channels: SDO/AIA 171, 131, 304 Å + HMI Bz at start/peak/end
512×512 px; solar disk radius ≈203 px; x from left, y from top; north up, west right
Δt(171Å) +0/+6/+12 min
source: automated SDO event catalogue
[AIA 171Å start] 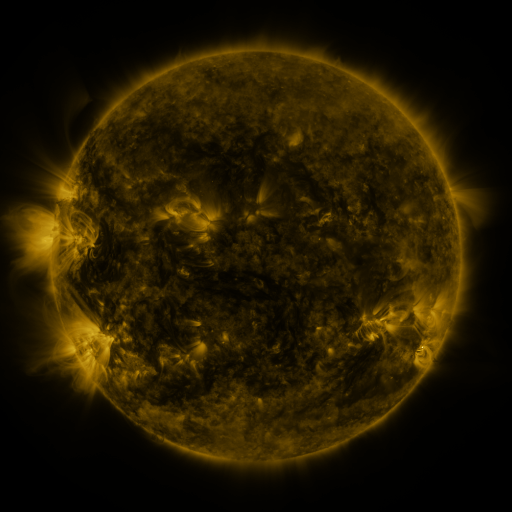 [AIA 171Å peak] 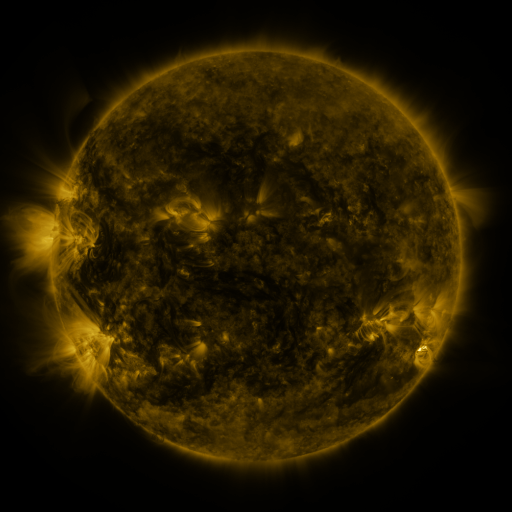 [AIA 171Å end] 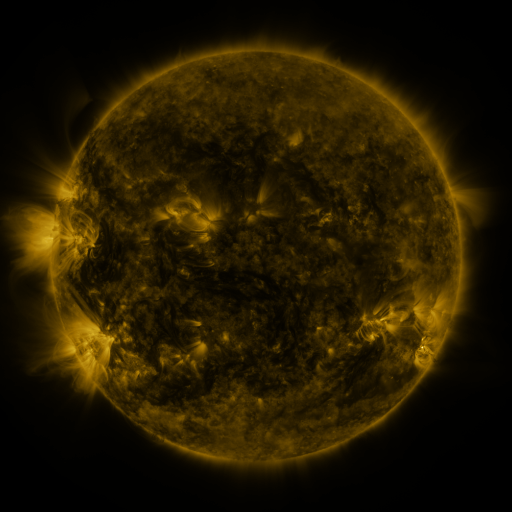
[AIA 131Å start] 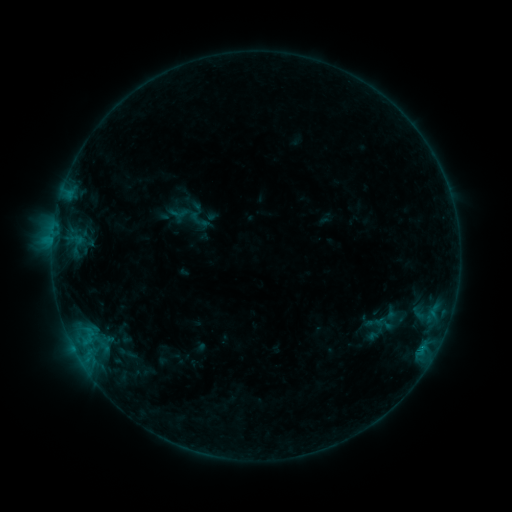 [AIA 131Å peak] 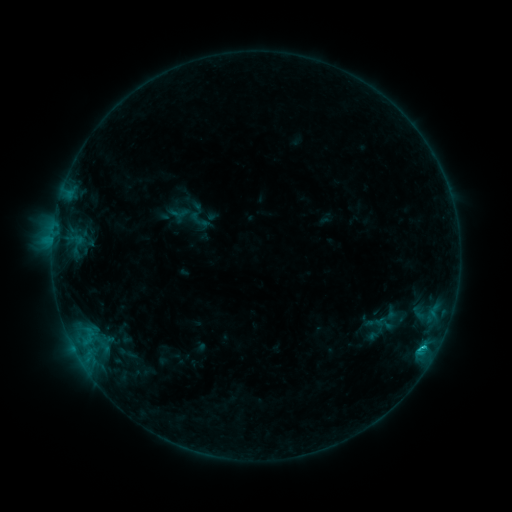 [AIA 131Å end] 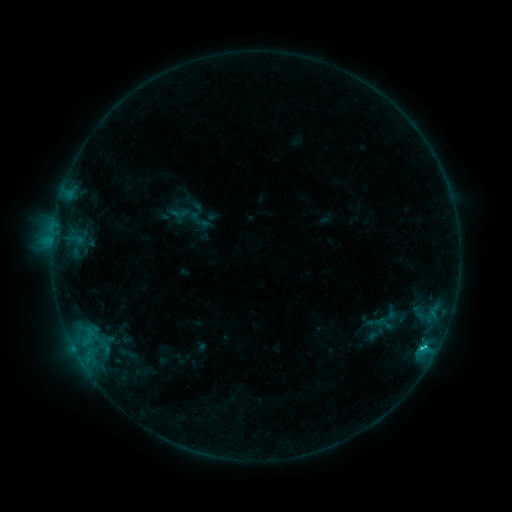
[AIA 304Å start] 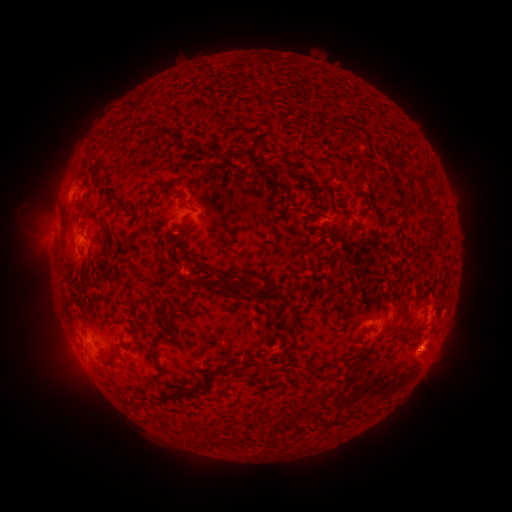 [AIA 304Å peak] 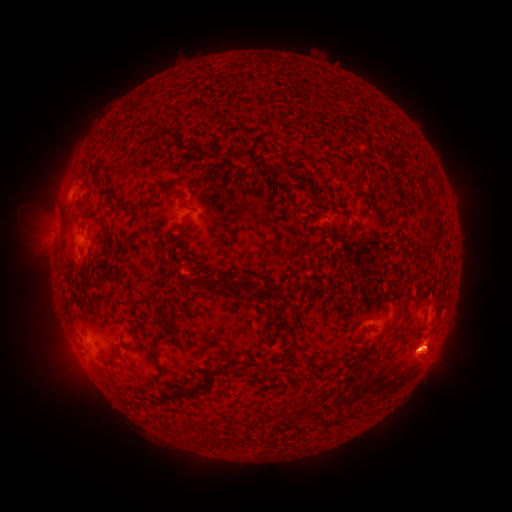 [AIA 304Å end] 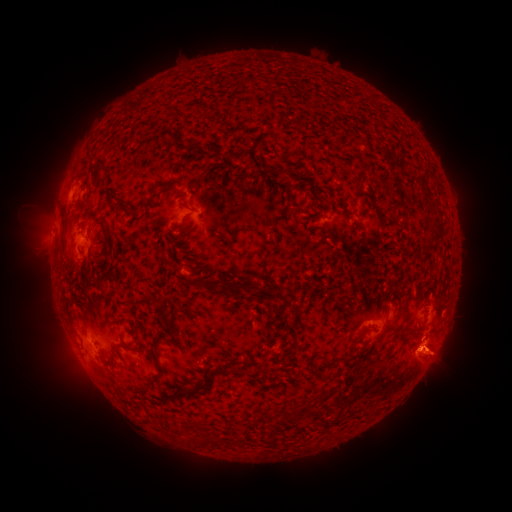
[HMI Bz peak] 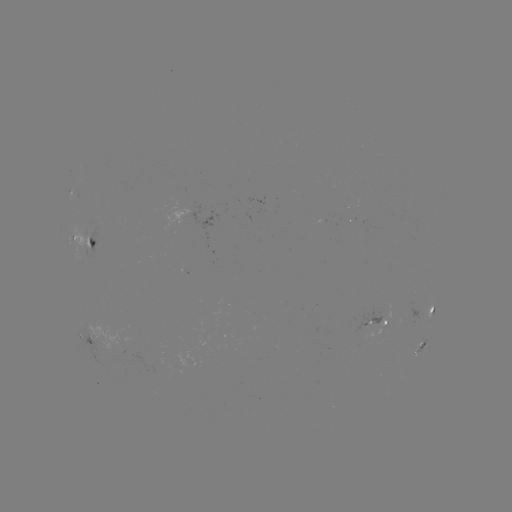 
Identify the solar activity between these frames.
eruption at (435, 355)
